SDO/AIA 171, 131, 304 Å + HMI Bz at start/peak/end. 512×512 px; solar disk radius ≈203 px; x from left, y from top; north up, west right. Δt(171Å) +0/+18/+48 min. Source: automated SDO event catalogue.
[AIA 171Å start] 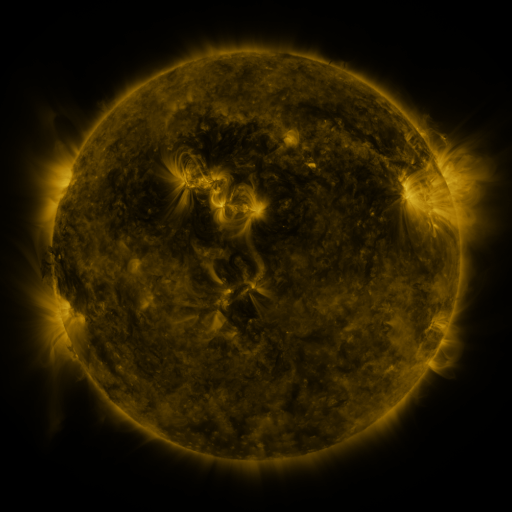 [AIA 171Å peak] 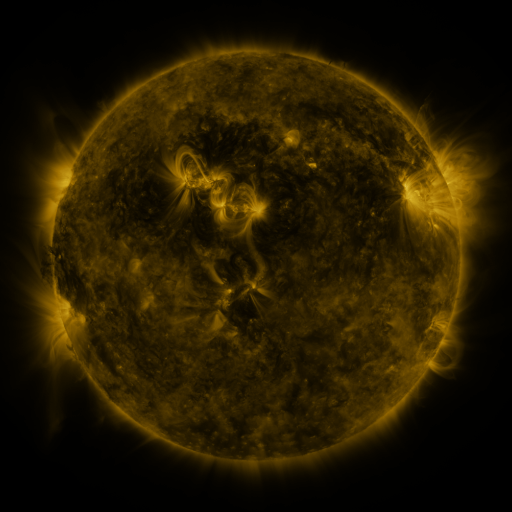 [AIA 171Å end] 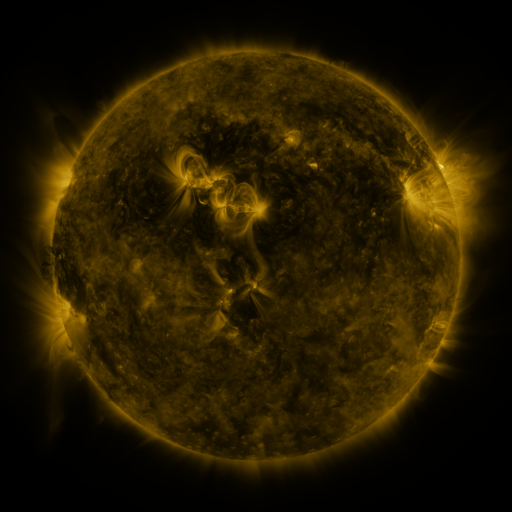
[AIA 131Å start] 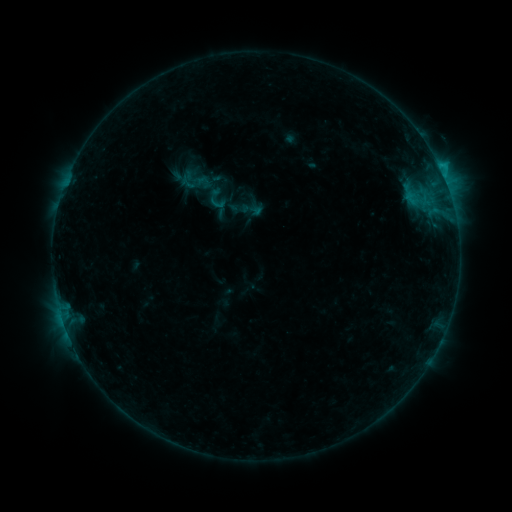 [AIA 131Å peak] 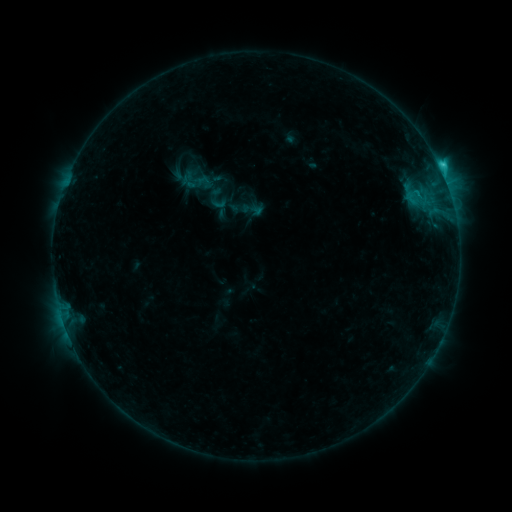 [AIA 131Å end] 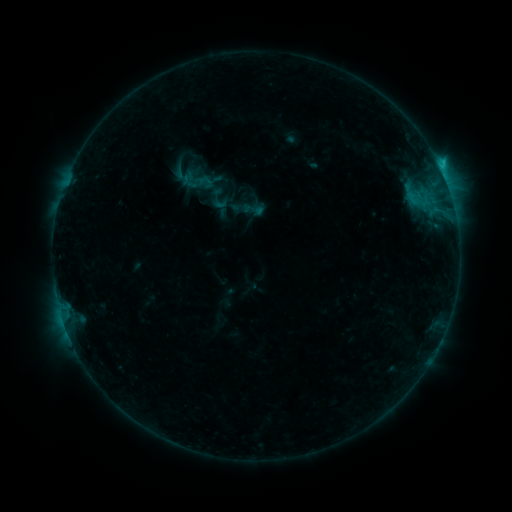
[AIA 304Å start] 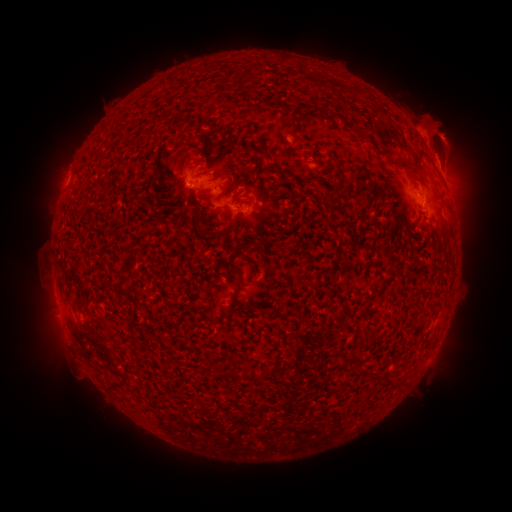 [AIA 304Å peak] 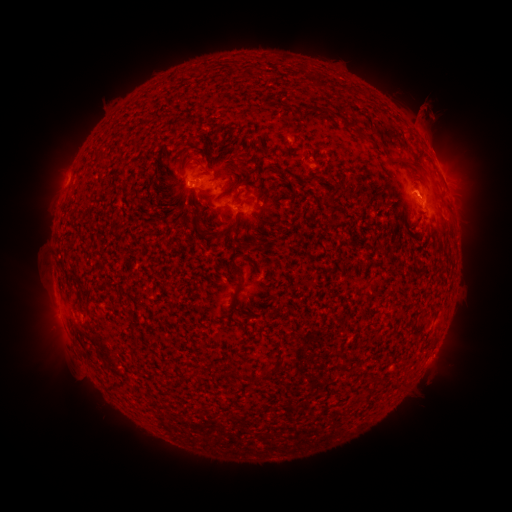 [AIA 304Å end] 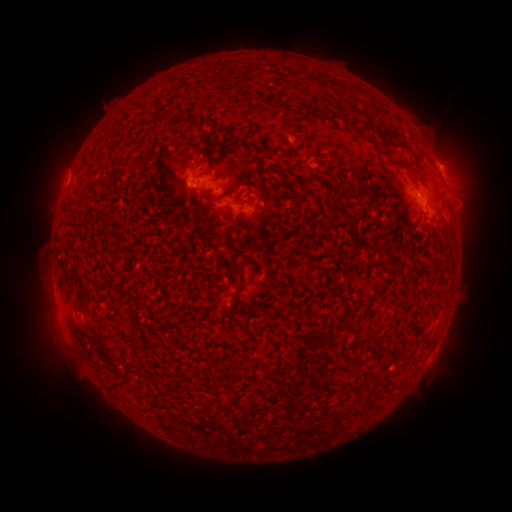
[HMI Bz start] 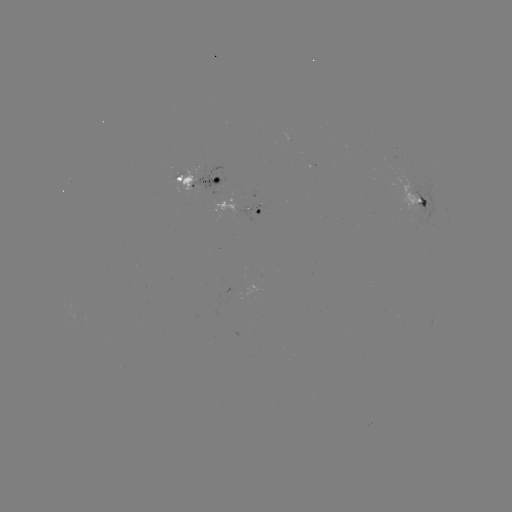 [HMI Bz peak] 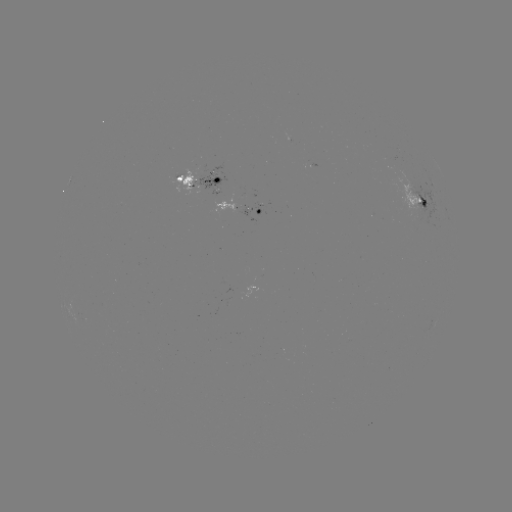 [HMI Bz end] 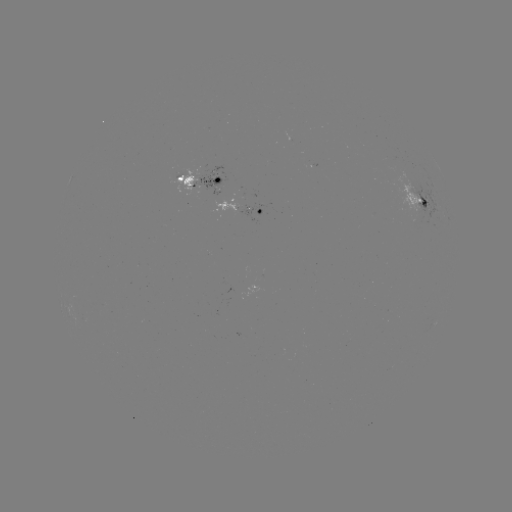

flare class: C1.8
